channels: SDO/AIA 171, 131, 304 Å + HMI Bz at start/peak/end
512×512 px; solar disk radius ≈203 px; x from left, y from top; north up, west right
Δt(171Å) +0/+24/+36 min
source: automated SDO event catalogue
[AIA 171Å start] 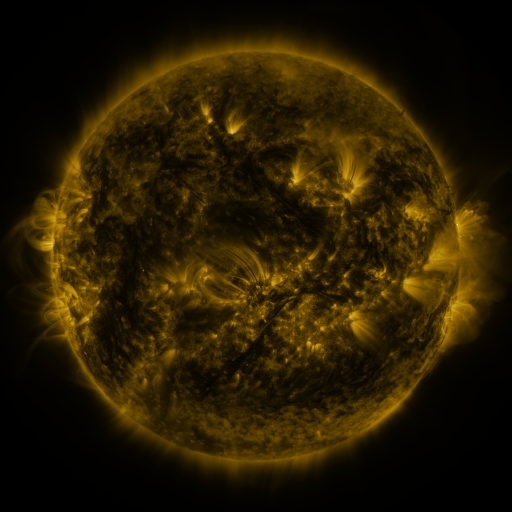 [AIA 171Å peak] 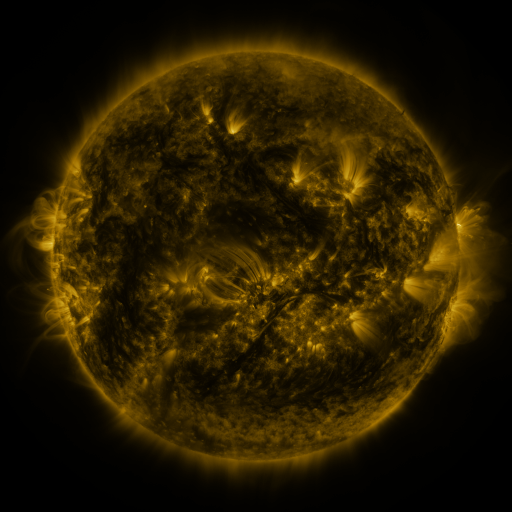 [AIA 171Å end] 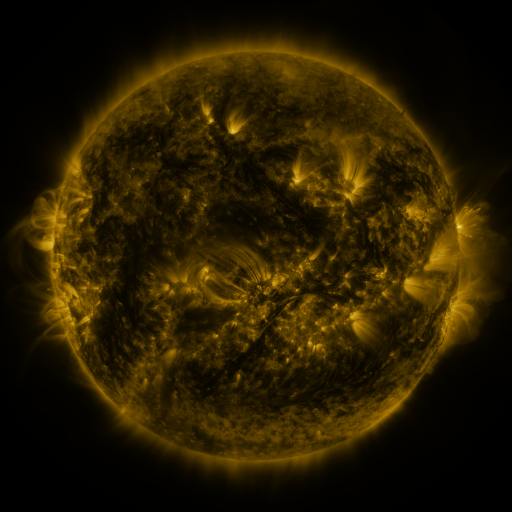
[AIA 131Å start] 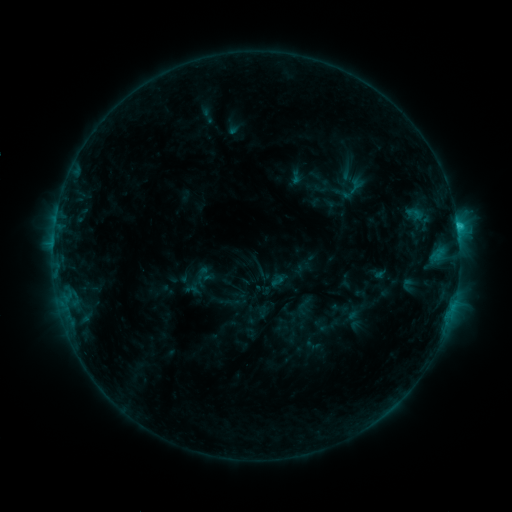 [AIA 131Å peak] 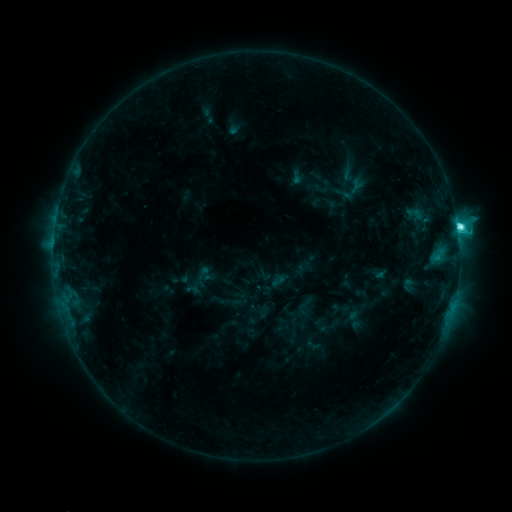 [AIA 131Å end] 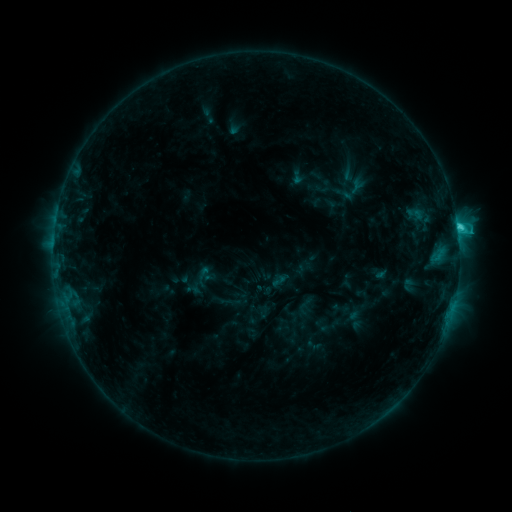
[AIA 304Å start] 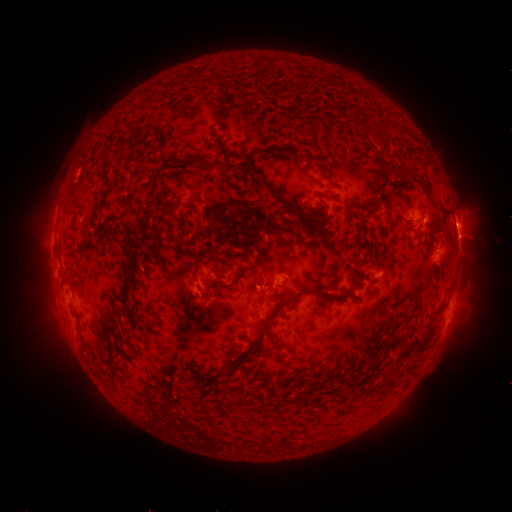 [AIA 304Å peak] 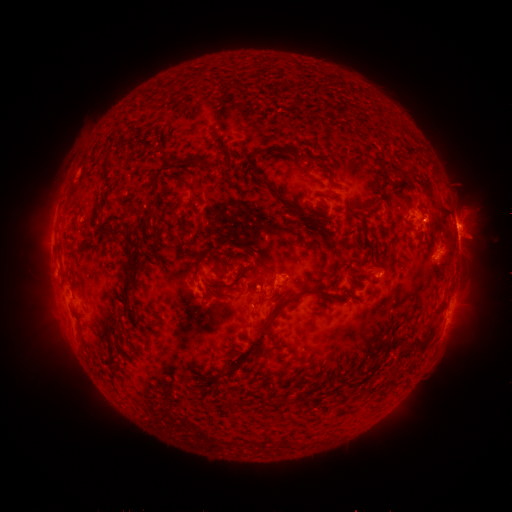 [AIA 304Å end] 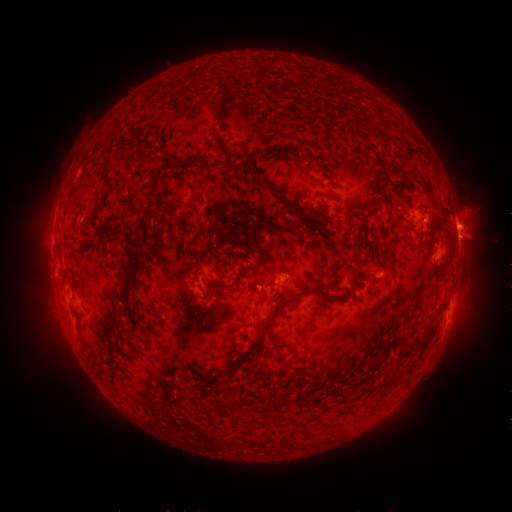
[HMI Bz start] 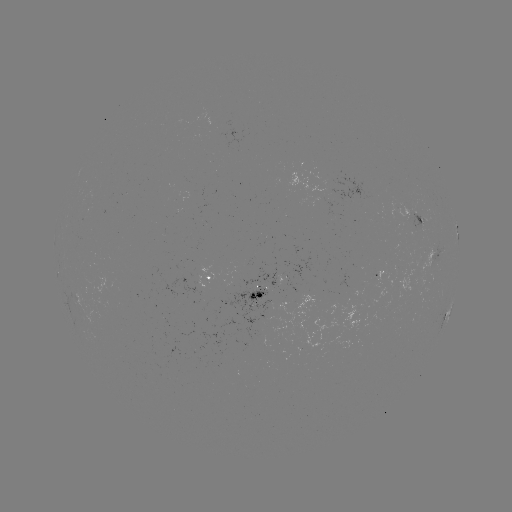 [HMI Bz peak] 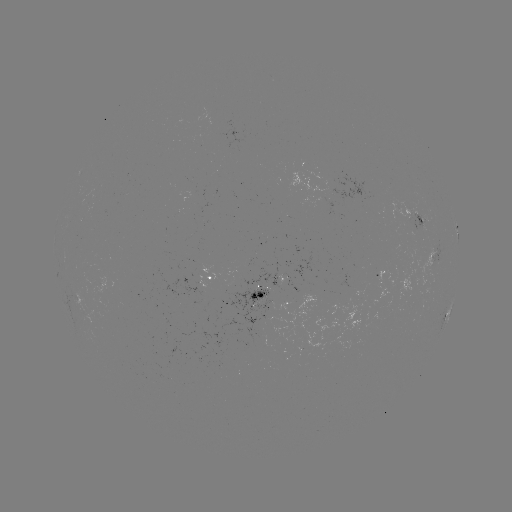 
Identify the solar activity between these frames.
C5.3 flare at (457, 227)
